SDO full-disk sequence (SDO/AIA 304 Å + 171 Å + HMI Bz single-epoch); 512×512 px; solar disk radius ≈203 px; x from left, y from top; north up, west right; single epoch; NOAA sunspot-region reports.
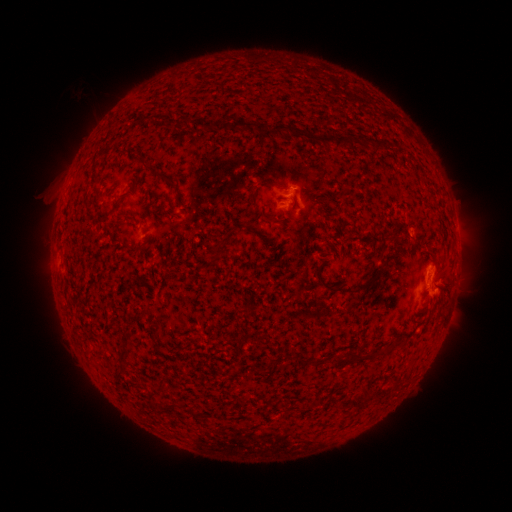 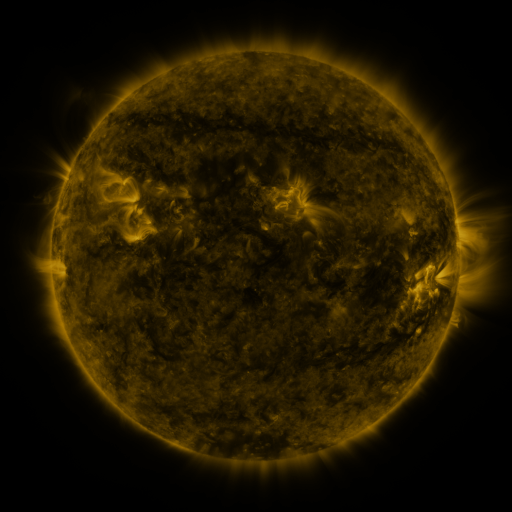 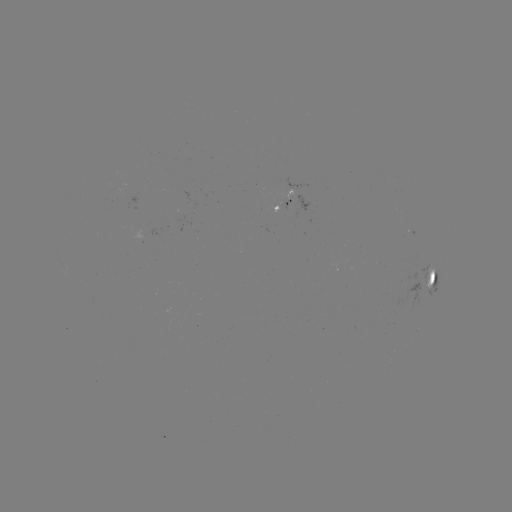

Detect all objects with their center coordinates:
spotted active region: (283, 205)
spotted active region: (436, 278)
